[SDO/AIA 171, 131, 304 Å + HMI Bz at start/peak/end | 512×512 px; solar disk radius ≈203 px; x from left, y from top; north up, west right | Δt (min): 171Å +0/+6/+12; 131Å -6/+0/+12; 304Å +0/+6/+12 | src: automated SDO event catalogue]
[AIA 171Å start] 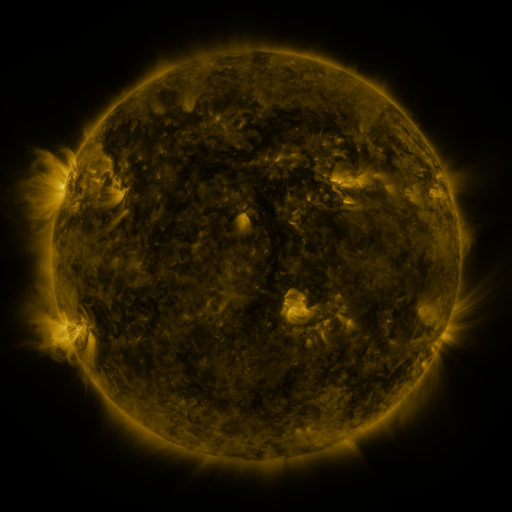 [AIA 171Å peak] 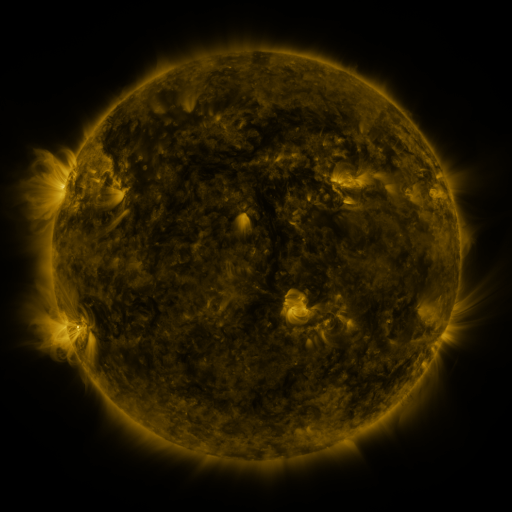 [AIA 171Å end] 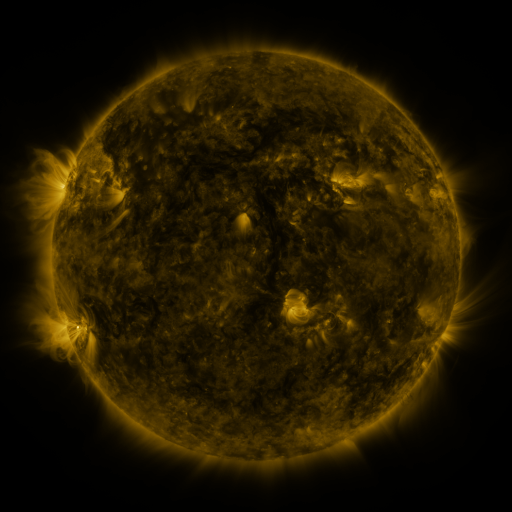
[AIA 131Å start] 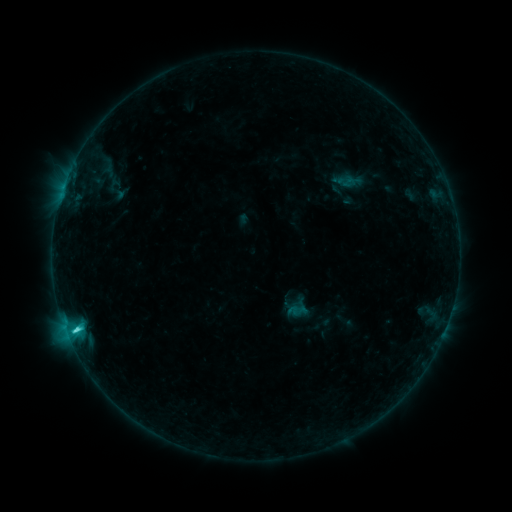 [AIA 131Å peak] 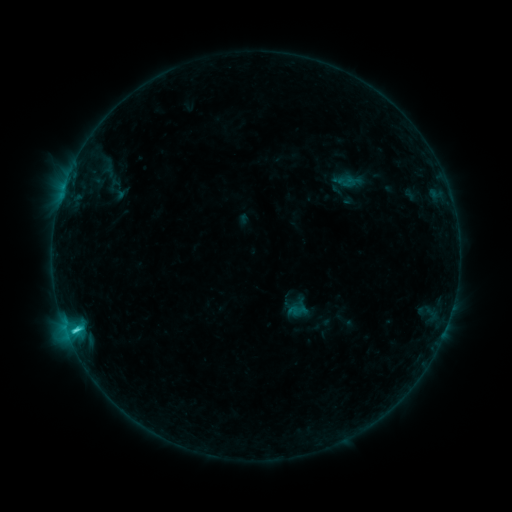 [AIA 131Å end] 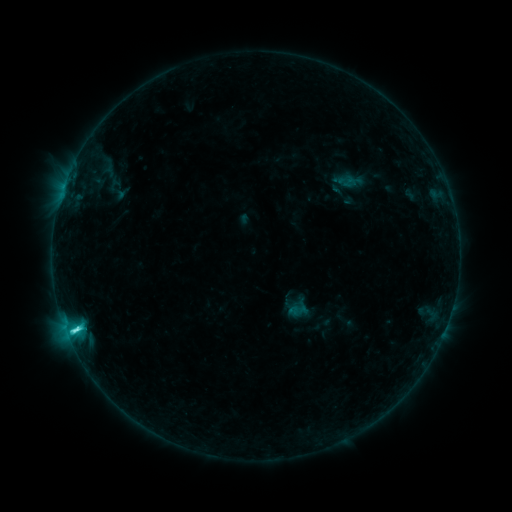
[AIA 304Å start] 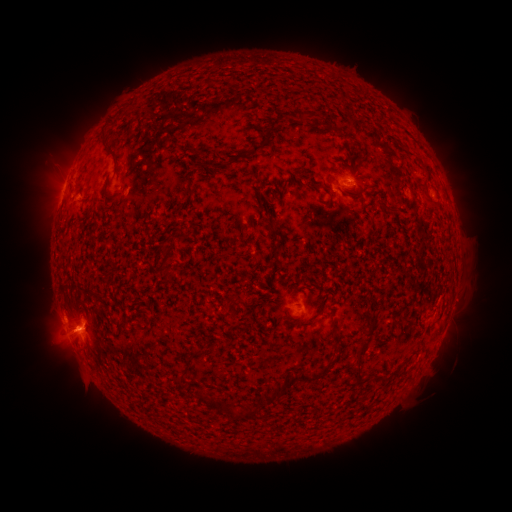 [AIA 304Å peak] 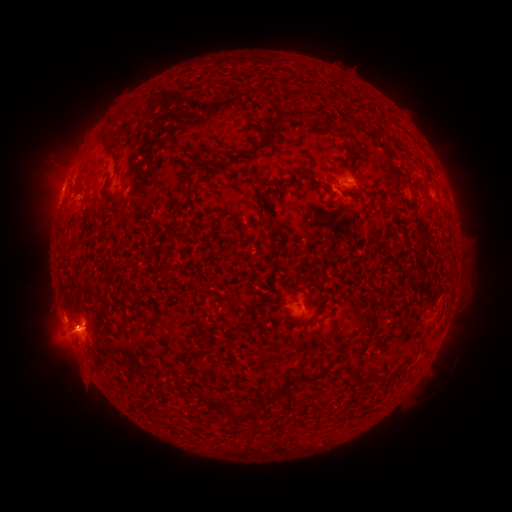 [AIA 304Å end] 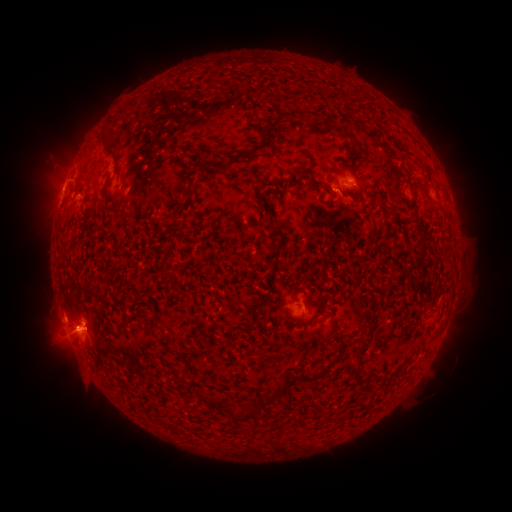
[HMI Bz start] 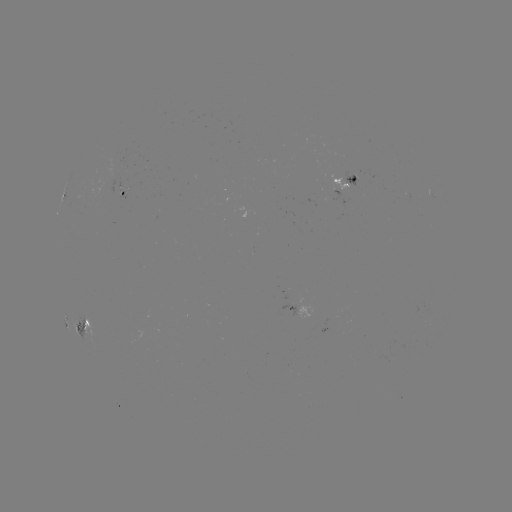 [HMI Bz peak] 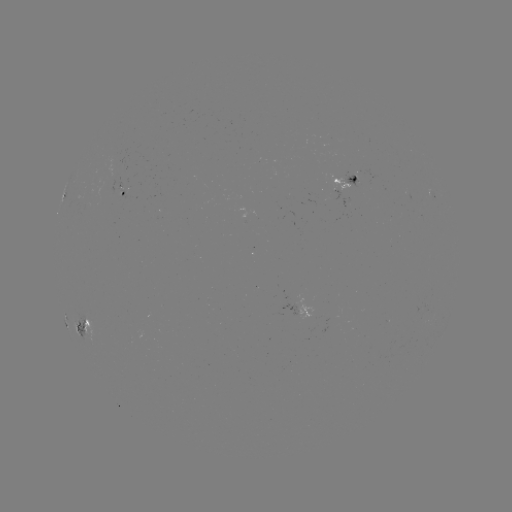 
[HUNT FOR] C5.9 flare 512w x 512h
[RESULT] (78, 324)